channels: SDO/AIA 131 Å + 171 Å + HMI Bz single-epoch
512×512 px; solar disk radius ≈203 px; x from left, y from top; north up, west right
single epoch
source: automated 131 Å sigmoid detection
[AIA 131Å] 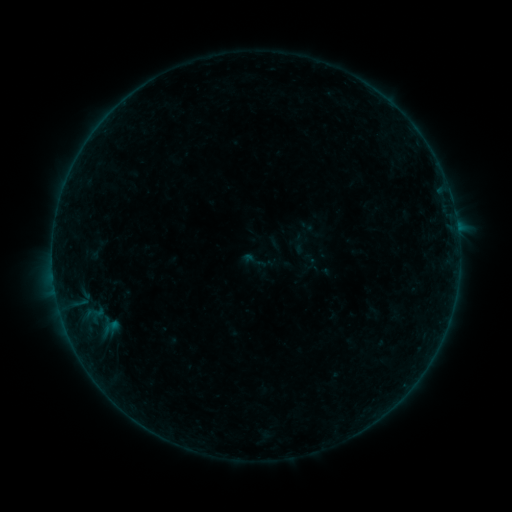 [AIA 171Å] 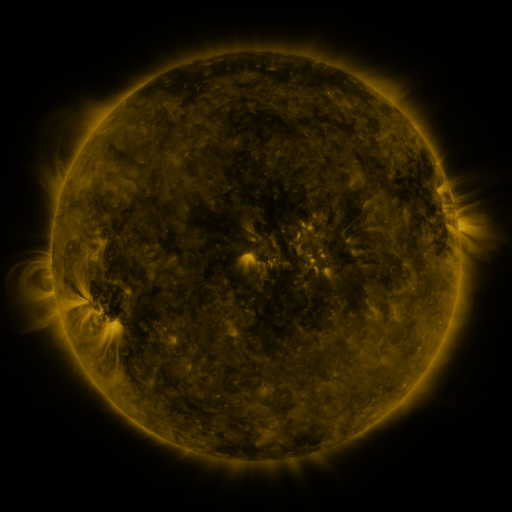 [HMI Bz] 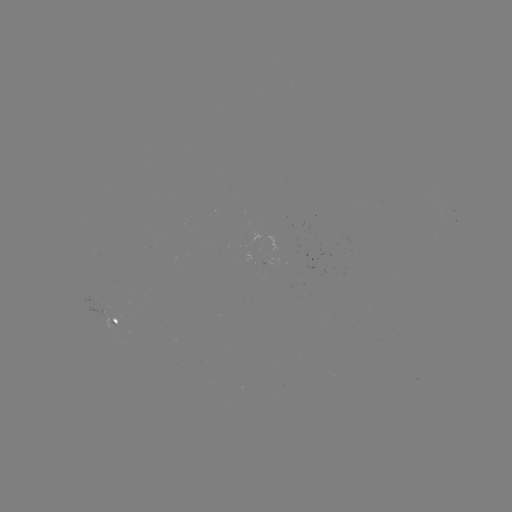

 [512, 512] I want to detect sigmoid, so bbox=[299, 252, 320, 271].